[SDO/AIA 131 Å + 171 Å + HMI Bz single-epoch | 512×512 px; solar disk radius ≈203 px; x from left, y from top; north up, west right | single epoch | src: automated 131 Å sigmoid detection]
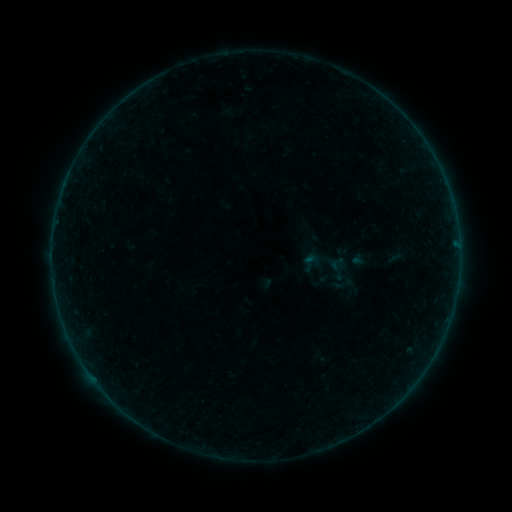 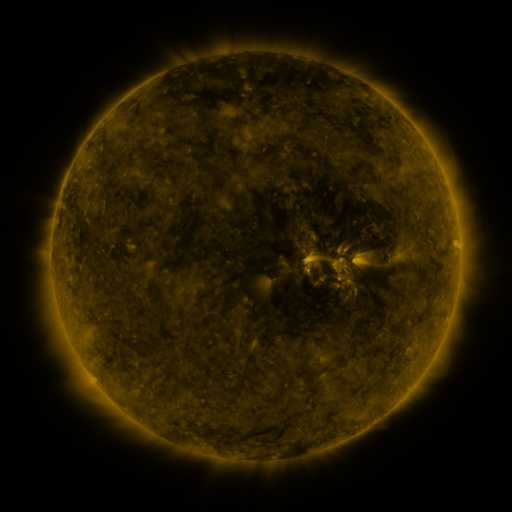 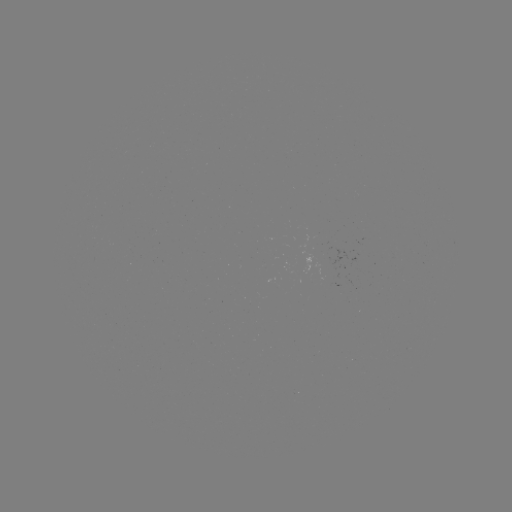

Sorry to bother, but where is sigmoid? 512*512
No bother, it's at (337, 264).